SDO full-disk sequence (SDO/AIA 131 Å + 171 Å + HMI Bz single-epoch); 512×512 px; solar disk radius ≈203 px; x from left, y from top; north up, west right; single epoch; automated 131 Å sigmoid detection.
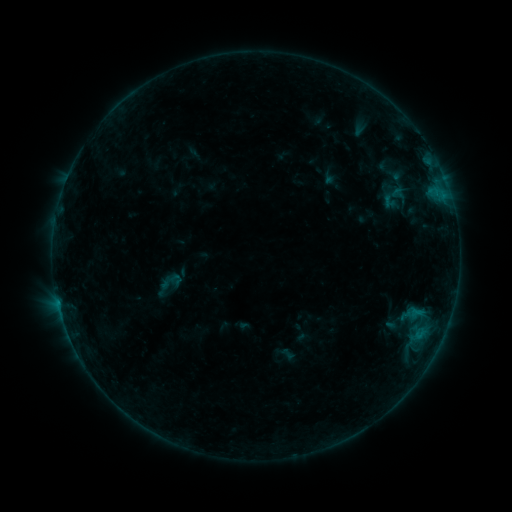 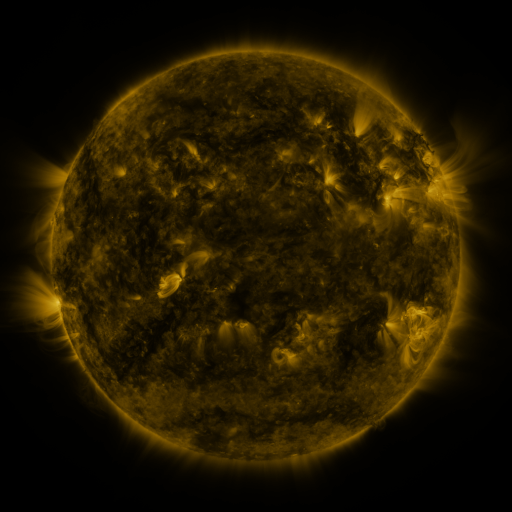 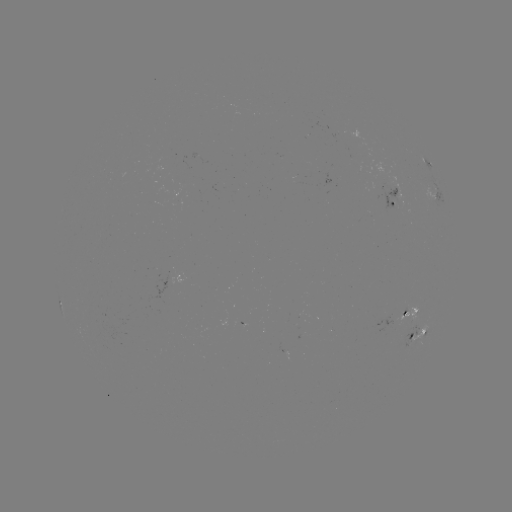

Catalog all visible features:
sigmoid: (156, 269, 186, 294)
